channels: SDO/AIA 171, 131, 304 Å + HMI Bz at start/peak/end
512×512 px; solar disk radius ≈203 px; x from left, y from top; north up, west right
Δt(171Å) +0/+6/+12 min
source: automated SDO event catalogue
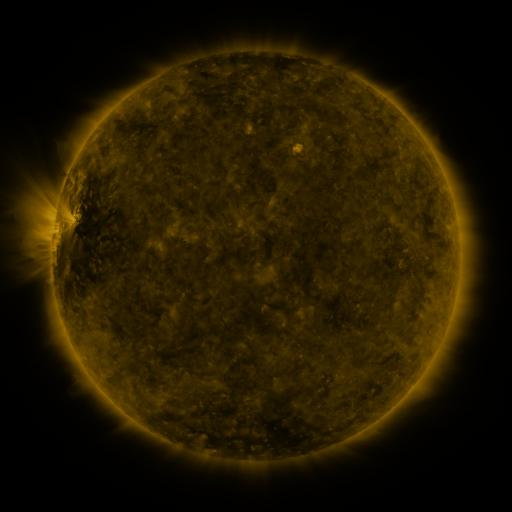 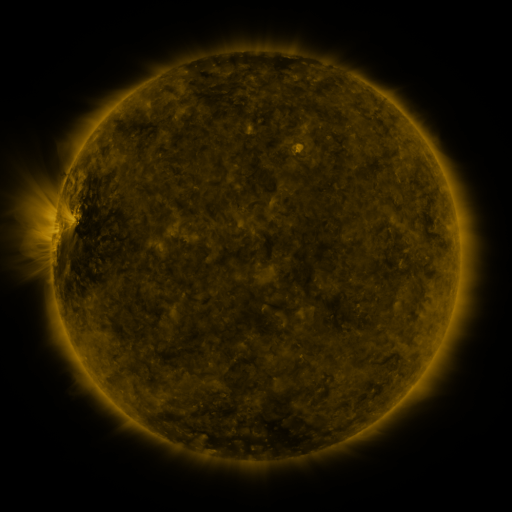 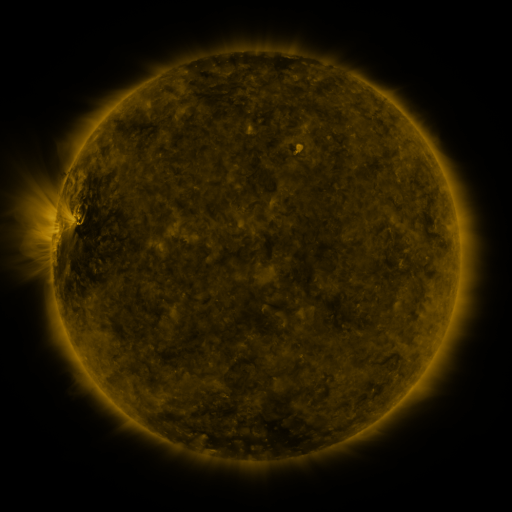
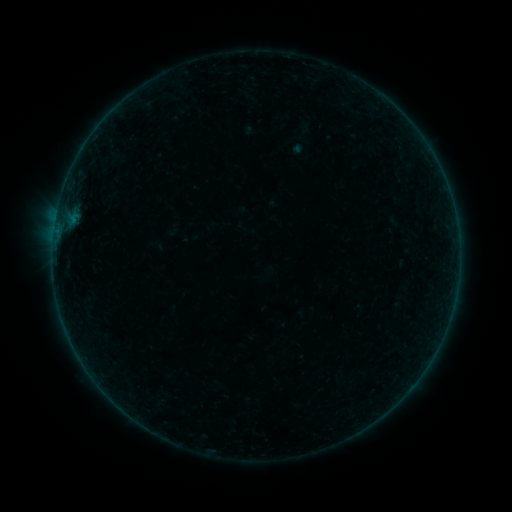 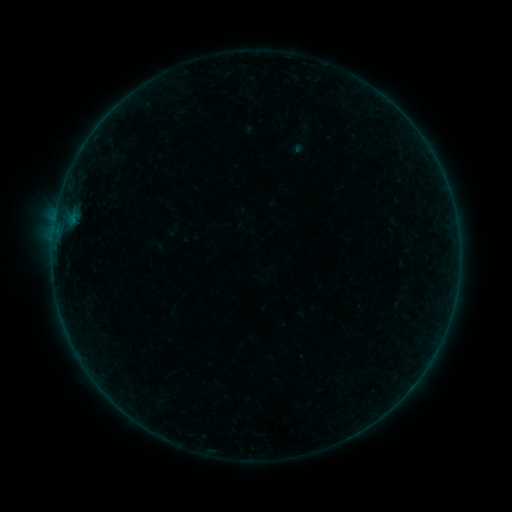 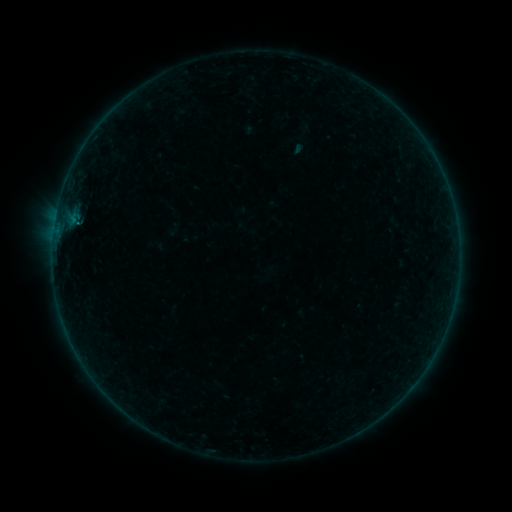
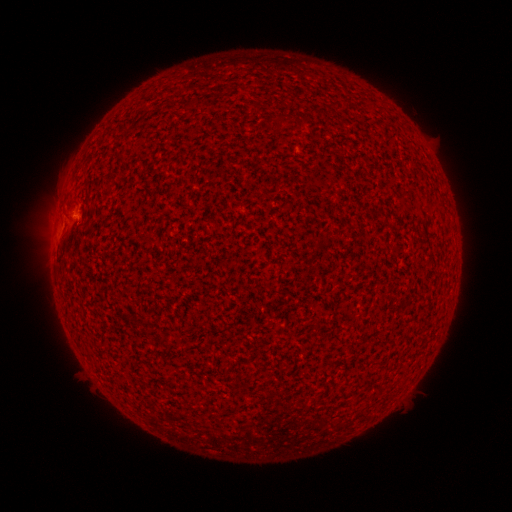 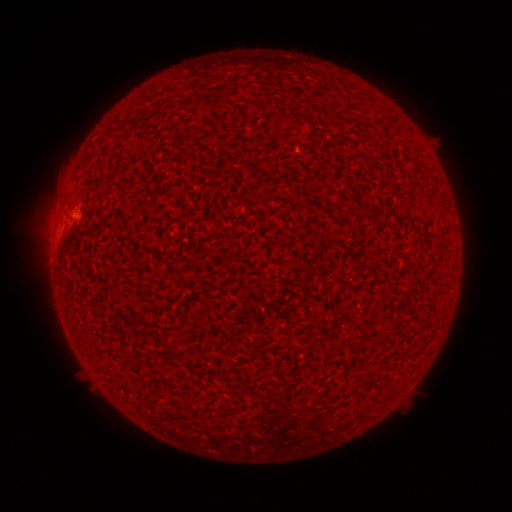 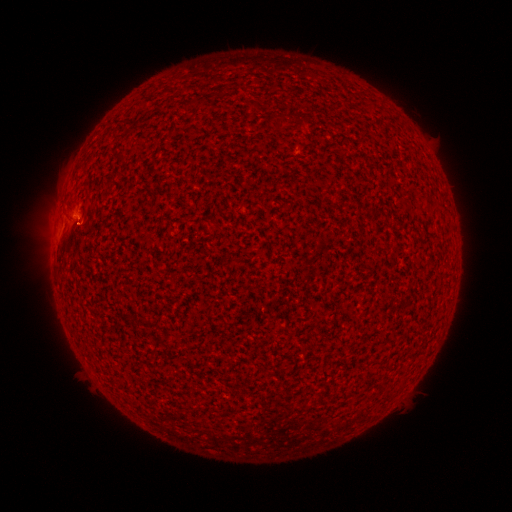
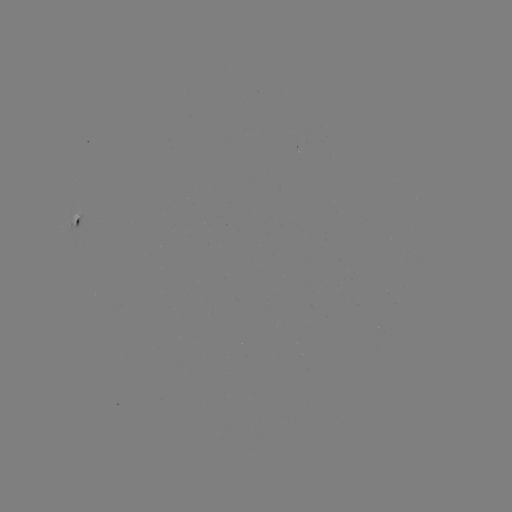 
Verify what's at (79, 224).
B1.8 flare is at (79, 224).